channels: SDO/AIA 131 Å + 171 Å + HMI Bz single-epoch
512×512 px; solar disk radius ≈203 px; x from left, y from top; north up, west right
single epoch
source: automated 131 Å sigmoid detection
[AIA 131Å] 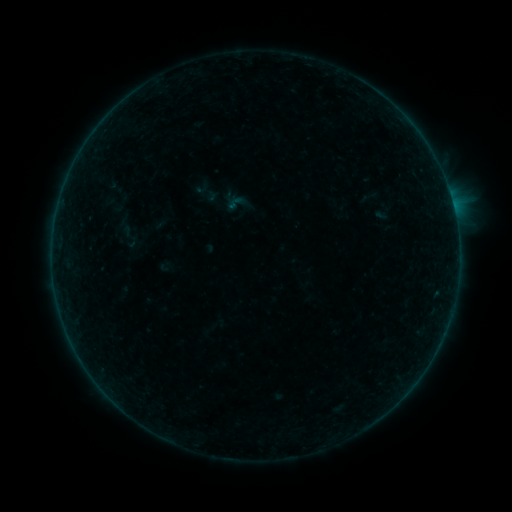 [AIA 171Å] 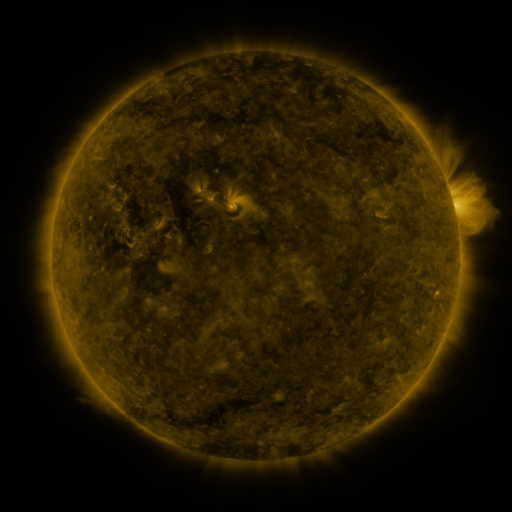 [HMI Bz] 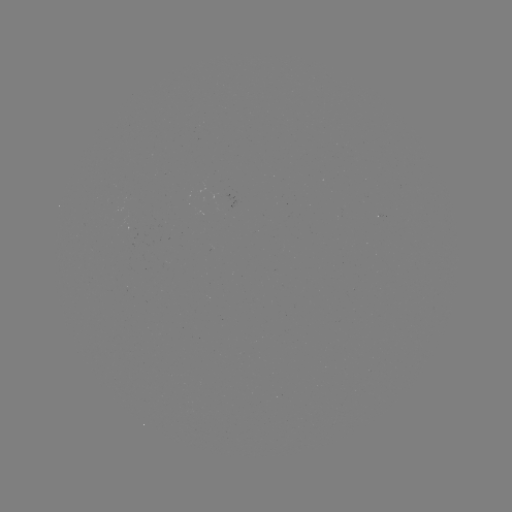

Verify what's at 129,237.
sigmoid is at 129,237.